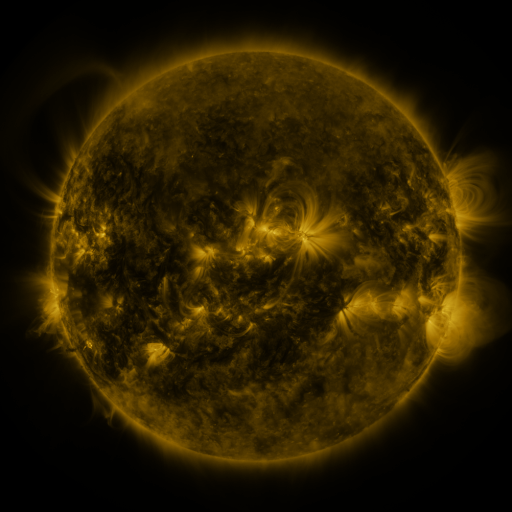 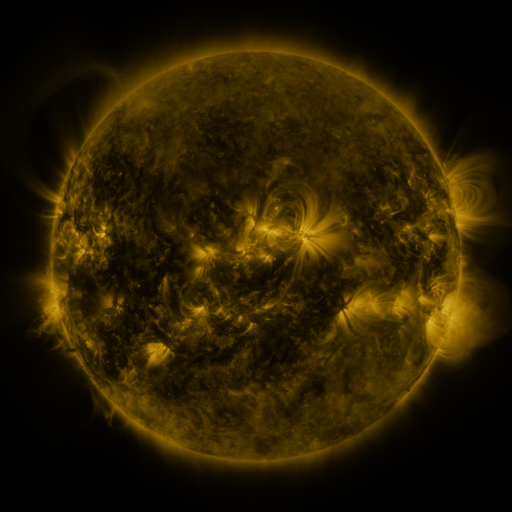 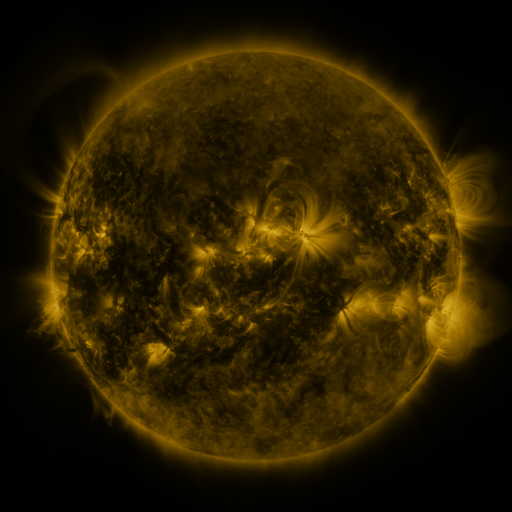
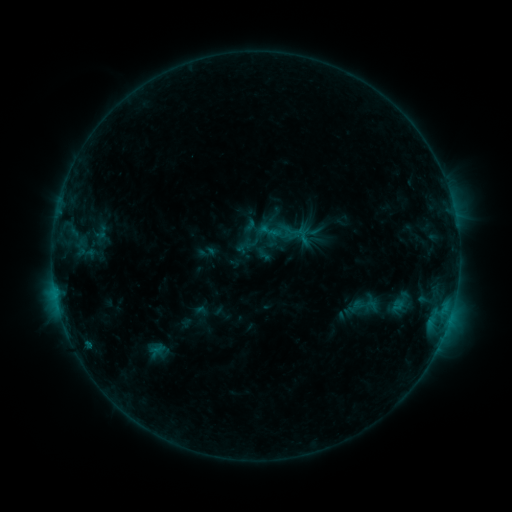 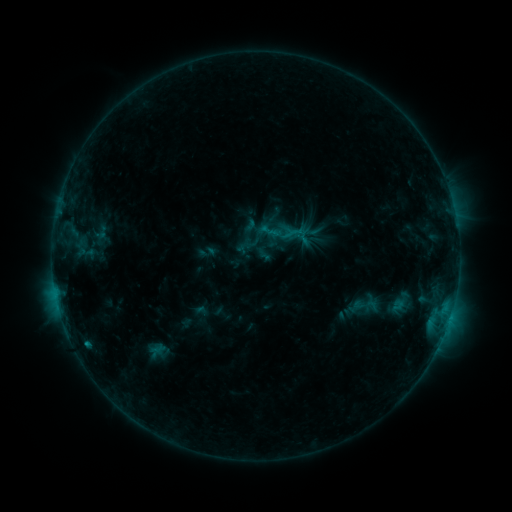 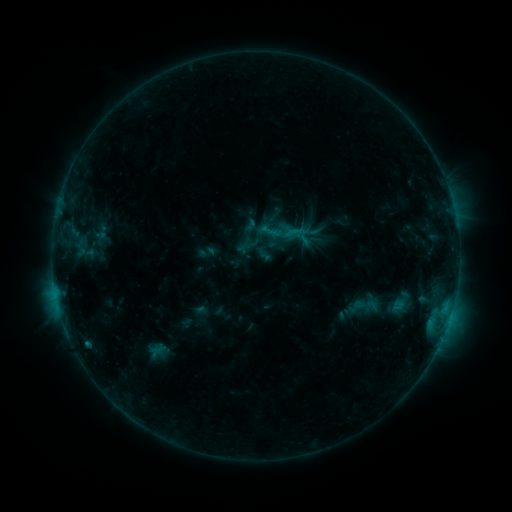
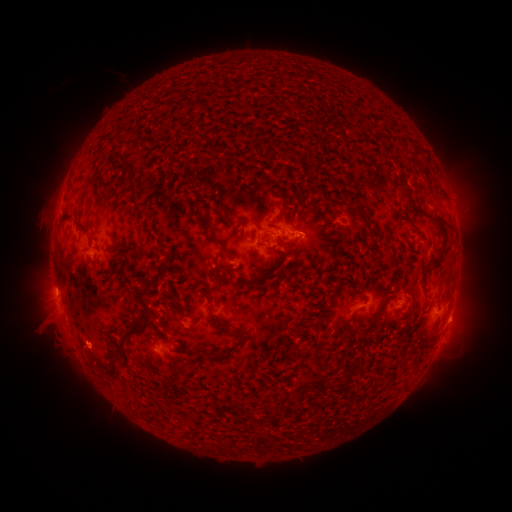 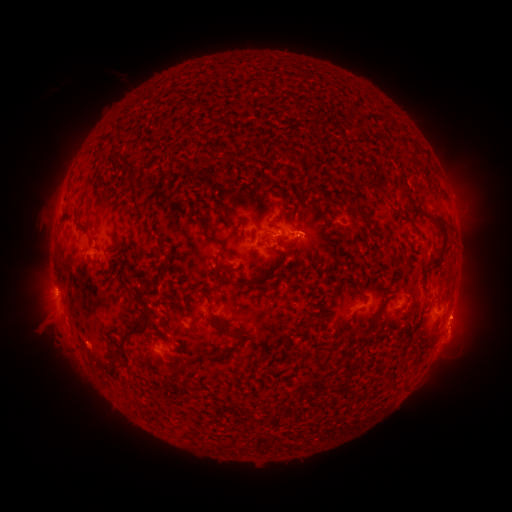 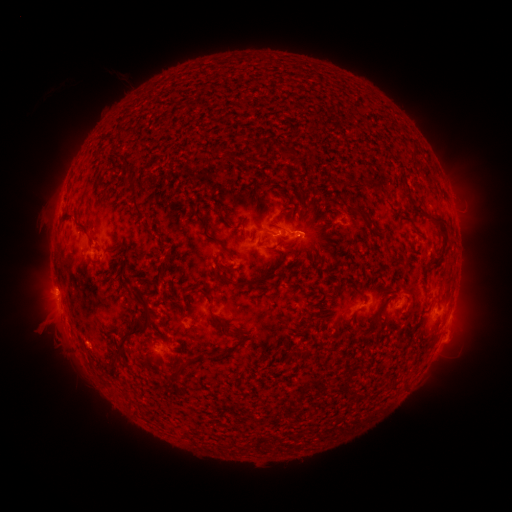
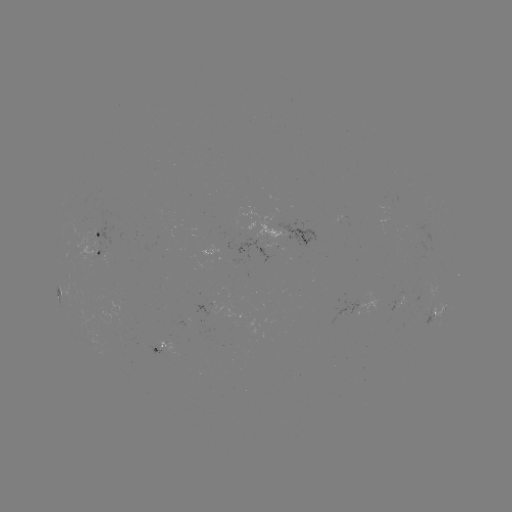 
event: eruption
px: (462, 322)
